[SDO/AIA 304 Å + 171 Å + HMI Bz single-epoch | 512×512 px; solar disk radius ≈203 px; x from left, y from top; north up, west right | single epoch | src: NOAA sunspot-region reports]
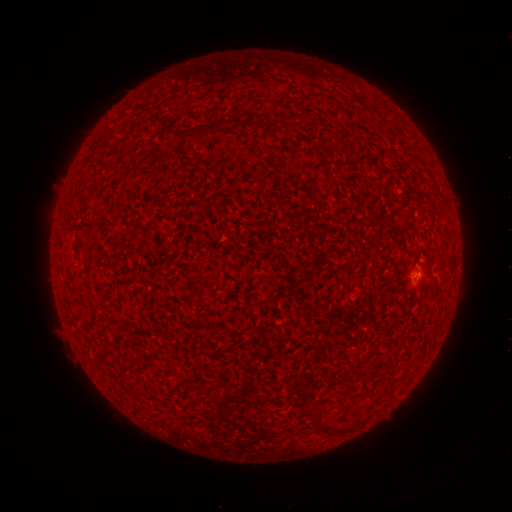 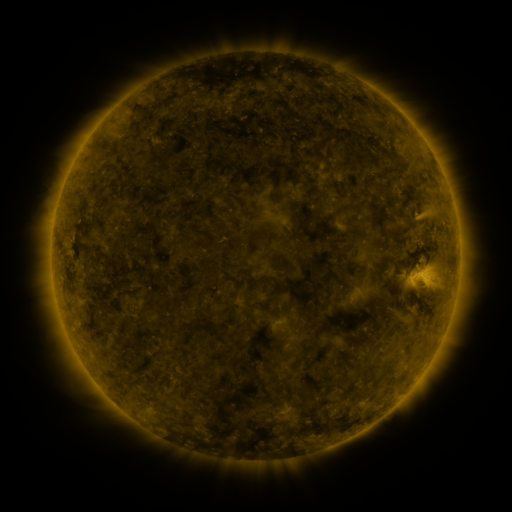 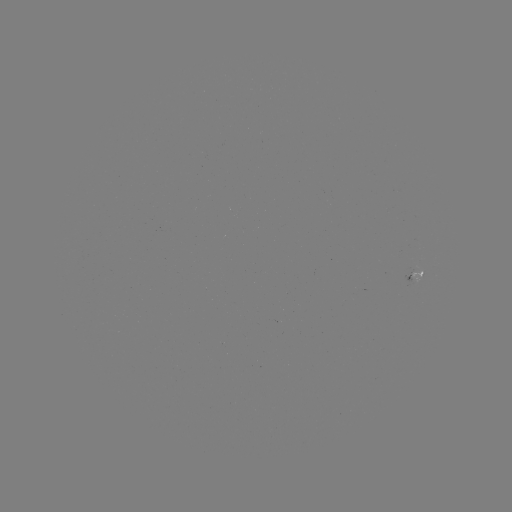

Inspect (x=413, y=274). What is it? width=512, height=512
spotted active region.